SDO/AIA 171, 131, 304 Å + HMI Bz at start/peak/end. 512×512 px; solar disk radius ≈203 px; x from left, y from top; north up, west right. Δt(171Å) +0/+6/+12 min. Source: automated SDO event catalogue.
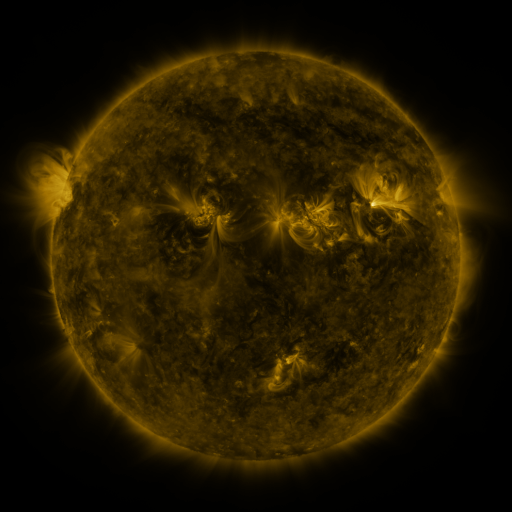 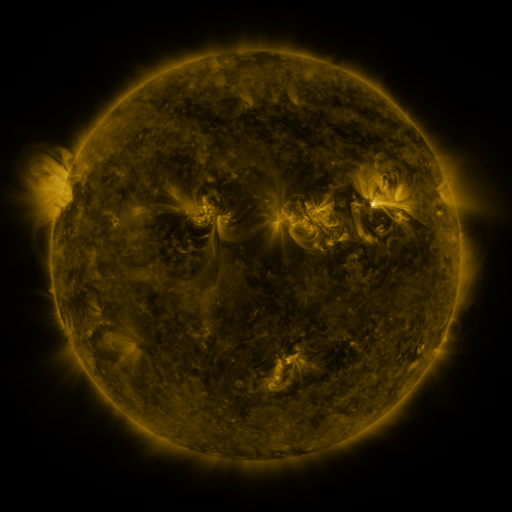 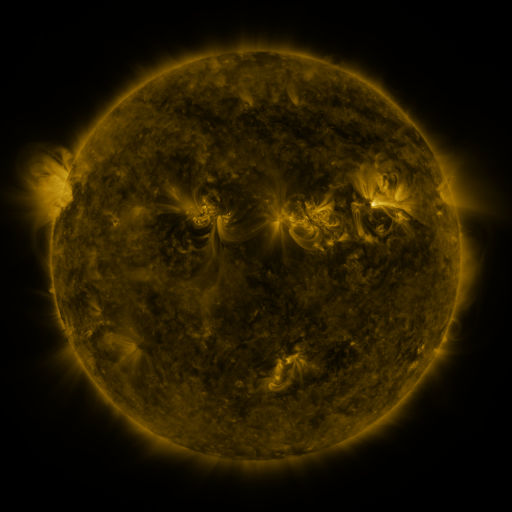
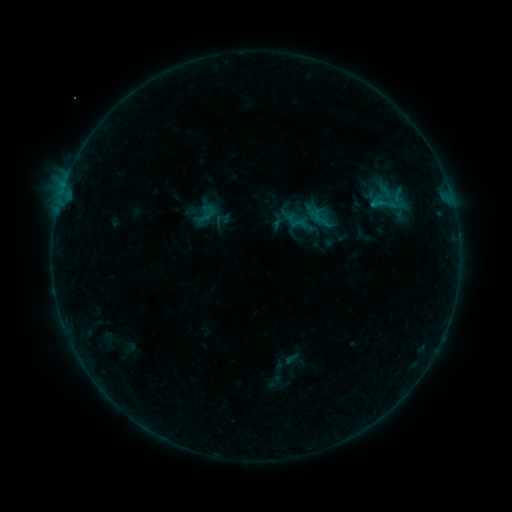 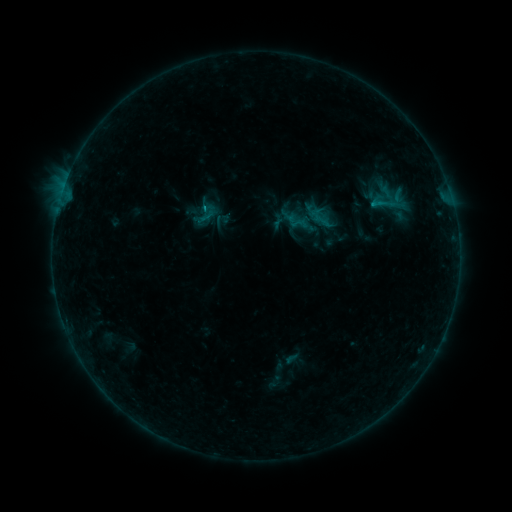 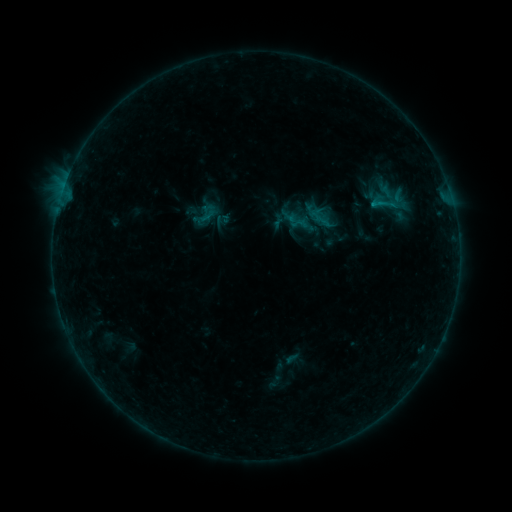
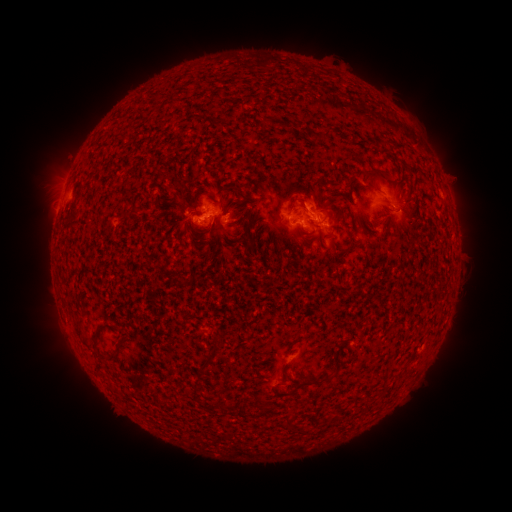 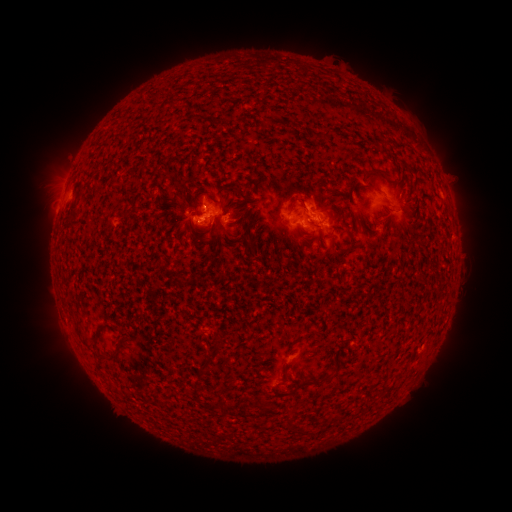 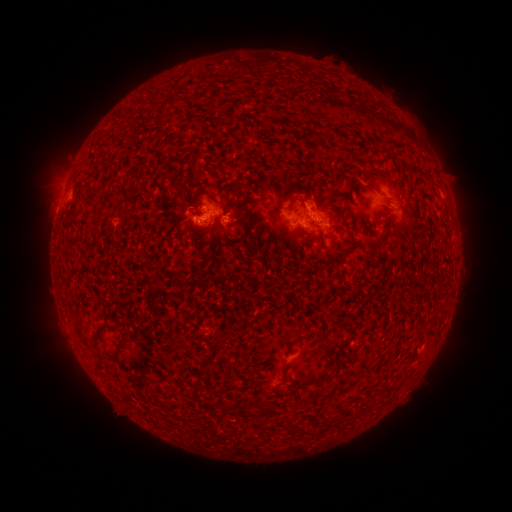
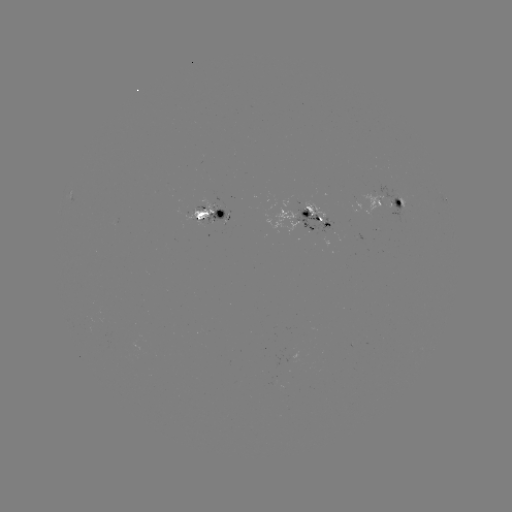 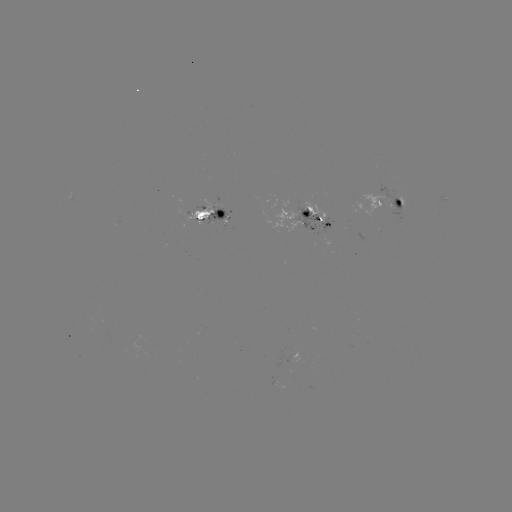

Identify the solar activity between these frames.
B6.0 flare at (206, 208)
